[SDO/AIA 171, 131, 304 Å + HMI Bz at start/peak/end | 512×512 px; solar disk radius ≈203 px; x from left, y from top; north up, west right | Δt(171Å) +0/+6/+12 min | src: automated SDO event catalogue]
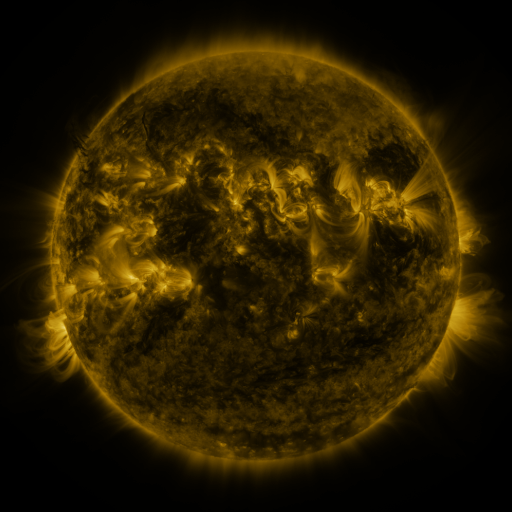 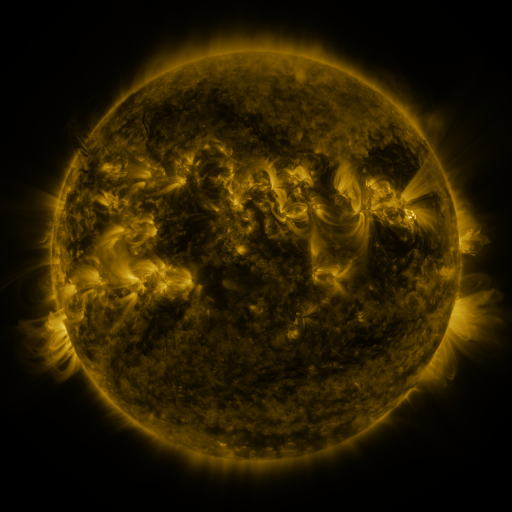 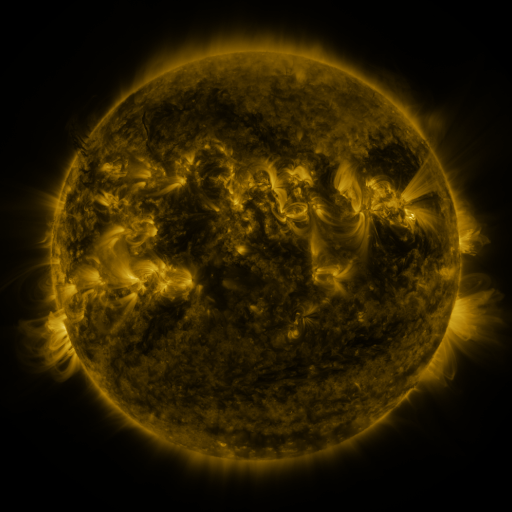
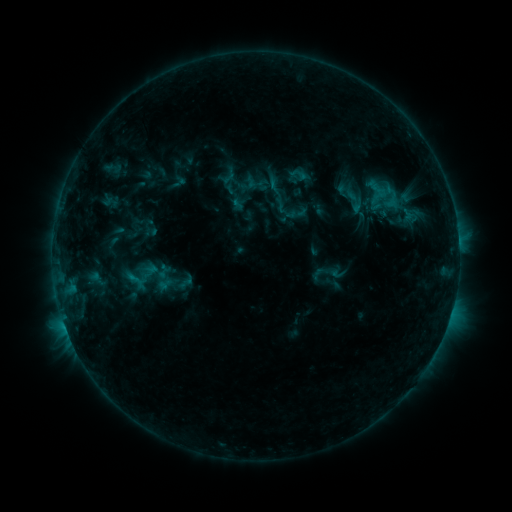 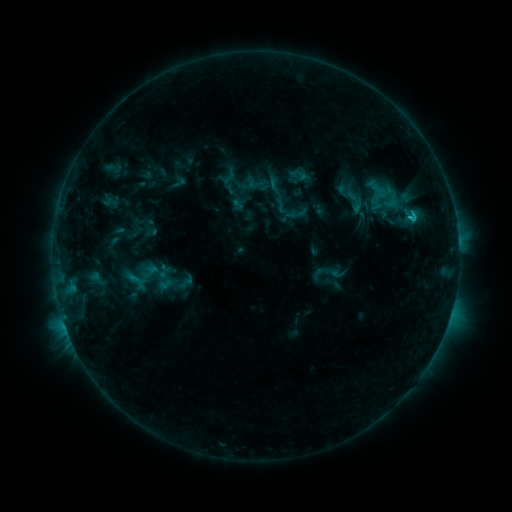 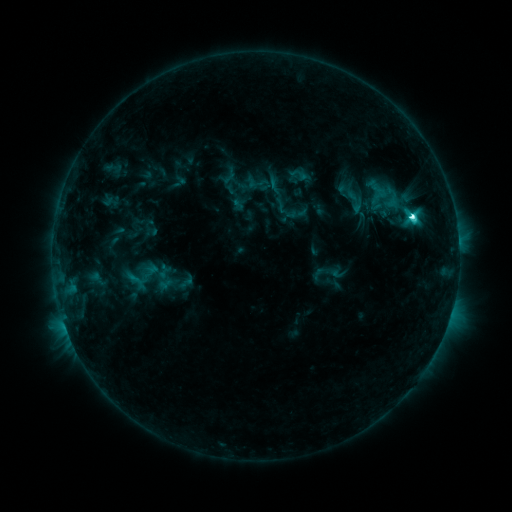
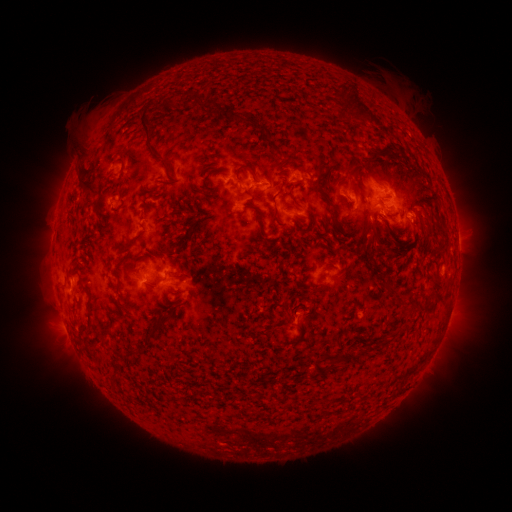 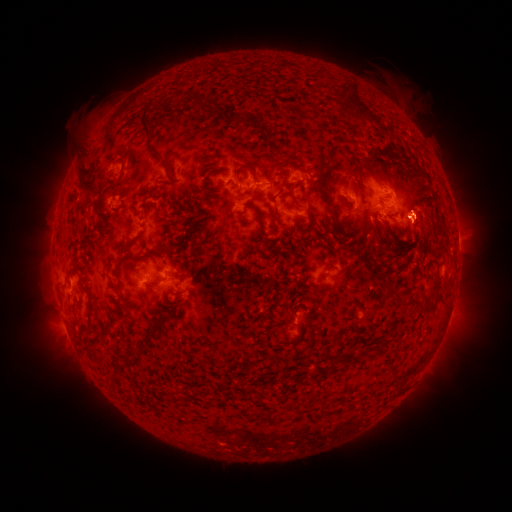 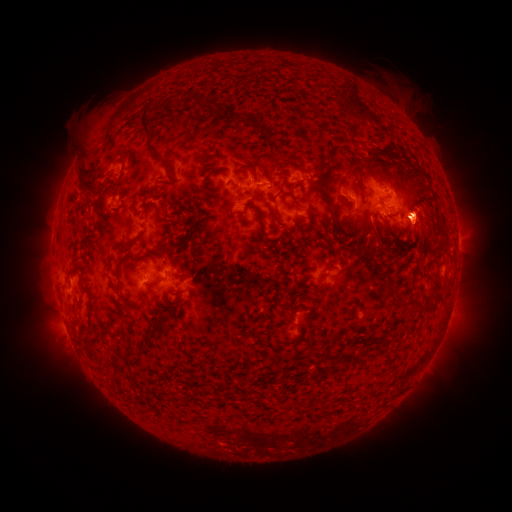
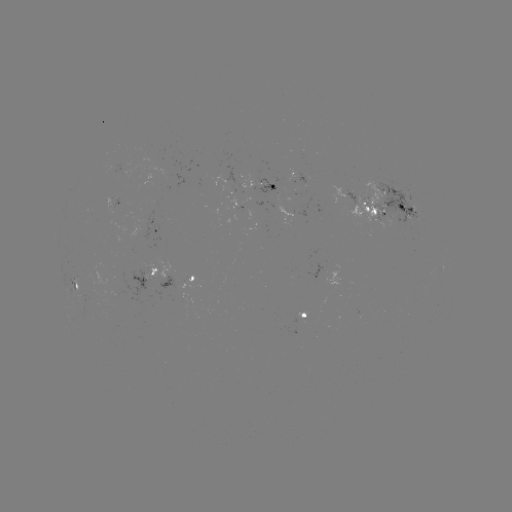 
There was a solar eruption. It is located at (421, 215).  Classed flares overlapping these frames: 1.